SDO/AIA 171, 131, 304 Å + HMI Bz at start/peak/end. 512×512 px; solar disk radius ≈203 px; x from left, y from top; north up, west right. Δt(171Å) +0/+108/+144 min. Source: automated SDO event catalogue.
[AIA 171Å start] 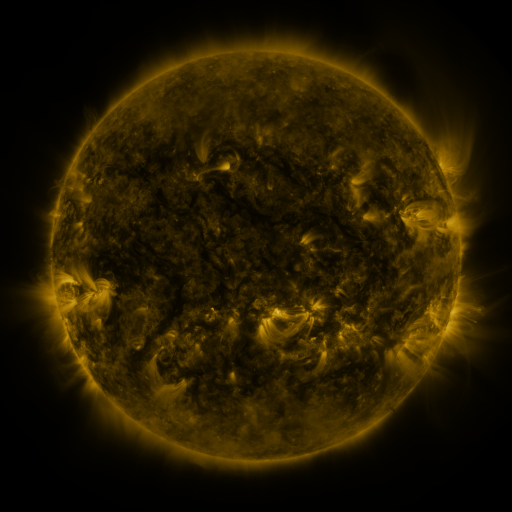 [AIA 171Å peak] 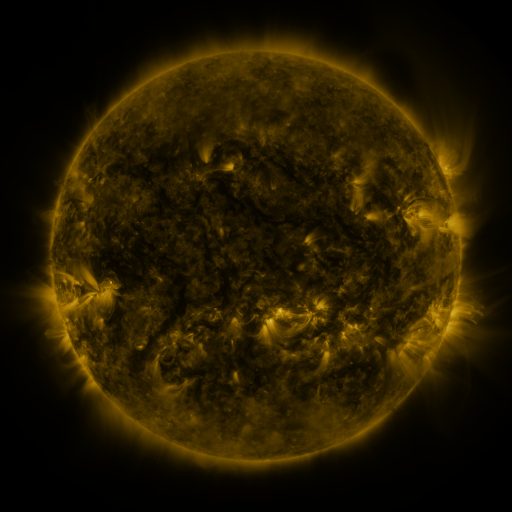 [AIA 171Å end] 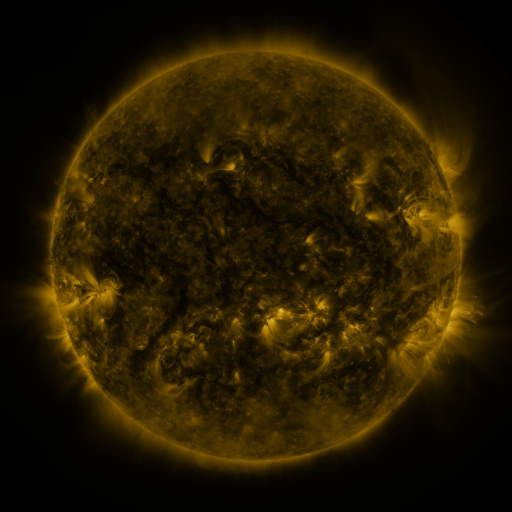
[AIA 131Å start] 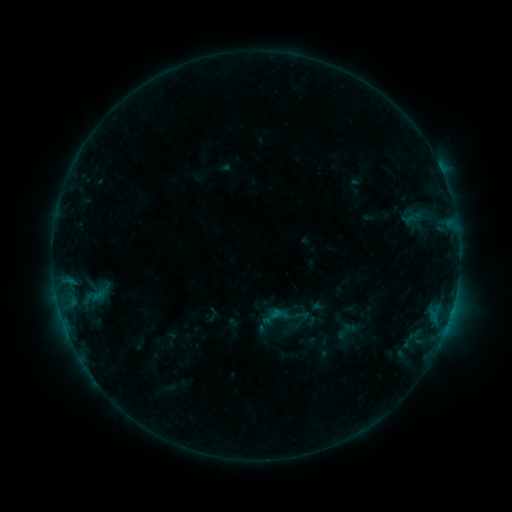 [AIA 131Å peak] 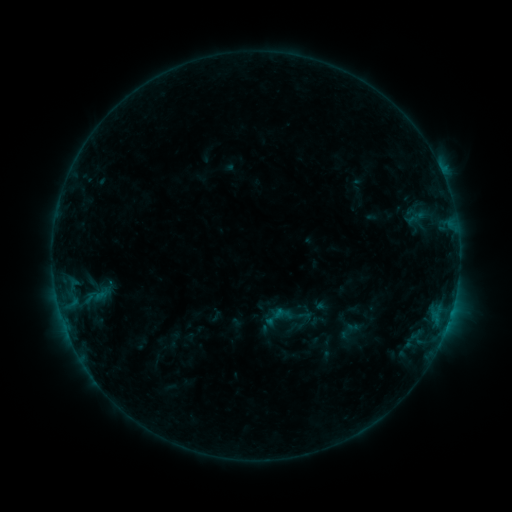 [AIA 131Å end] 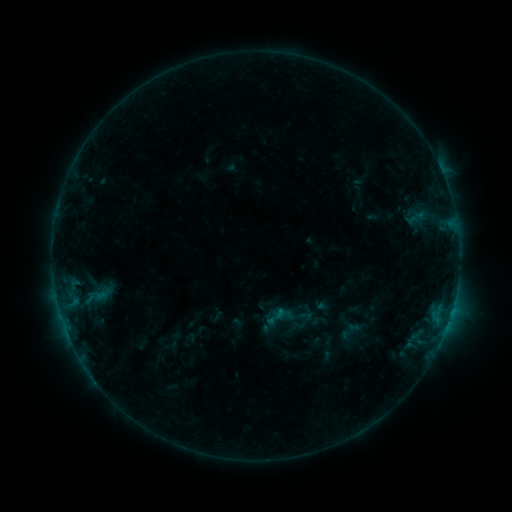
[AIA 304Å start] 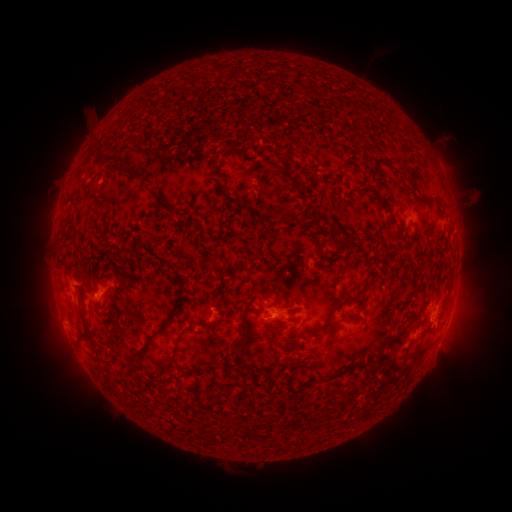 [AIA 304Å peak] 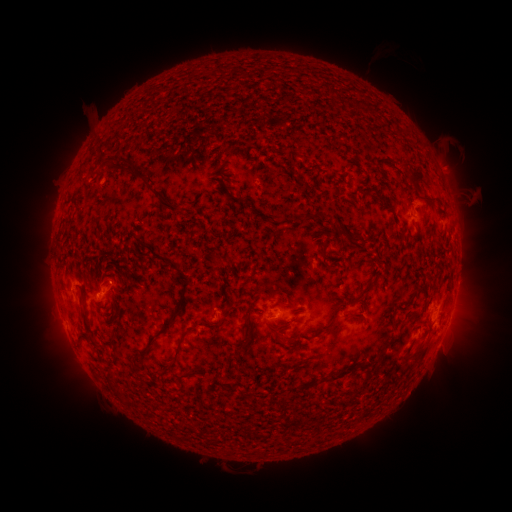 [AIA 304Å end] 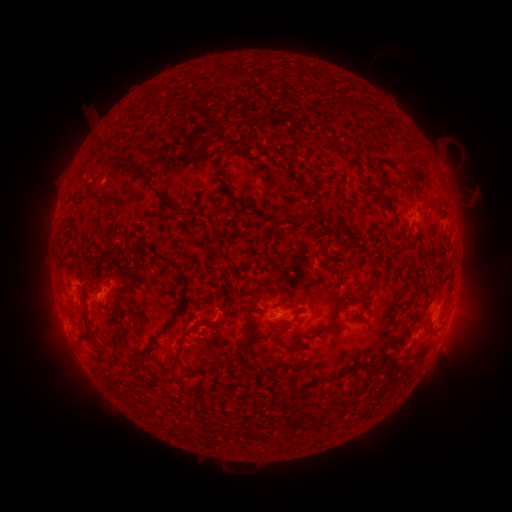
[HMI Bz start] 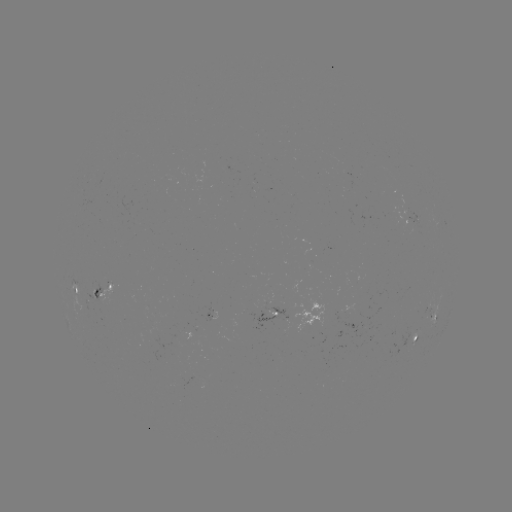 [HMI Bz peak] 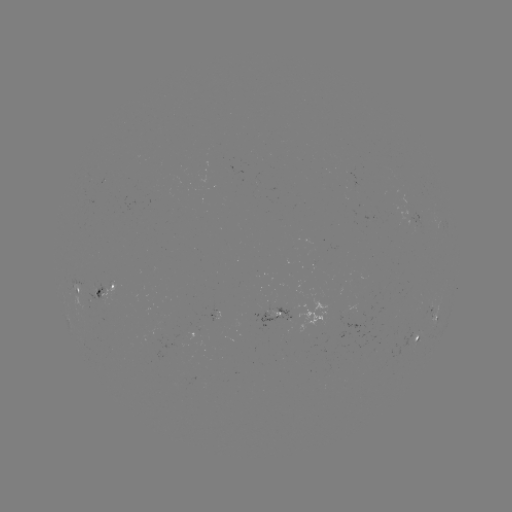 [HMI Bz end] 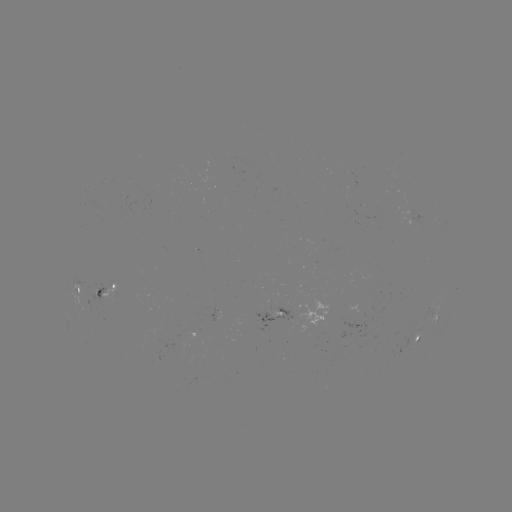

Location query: emerging-flux region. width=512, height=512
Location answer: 393,211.